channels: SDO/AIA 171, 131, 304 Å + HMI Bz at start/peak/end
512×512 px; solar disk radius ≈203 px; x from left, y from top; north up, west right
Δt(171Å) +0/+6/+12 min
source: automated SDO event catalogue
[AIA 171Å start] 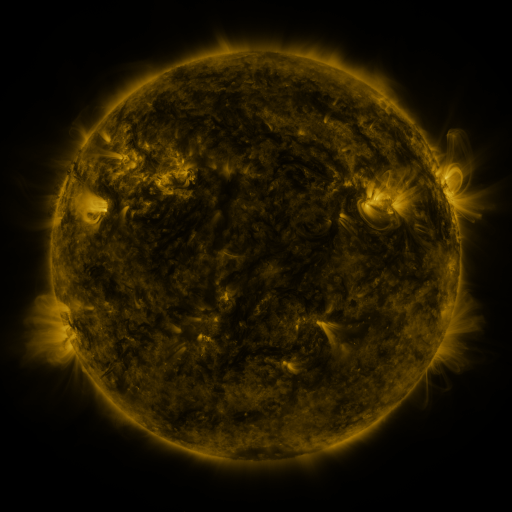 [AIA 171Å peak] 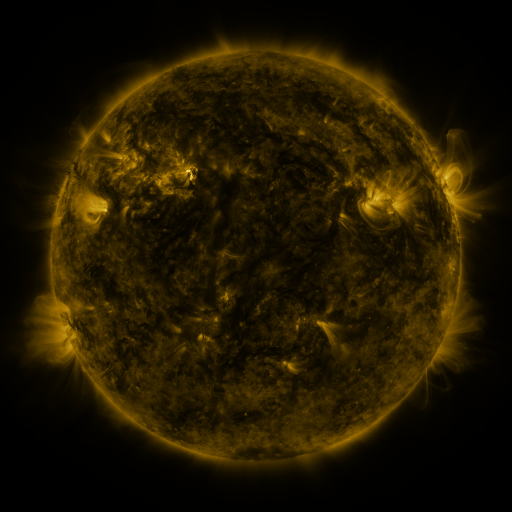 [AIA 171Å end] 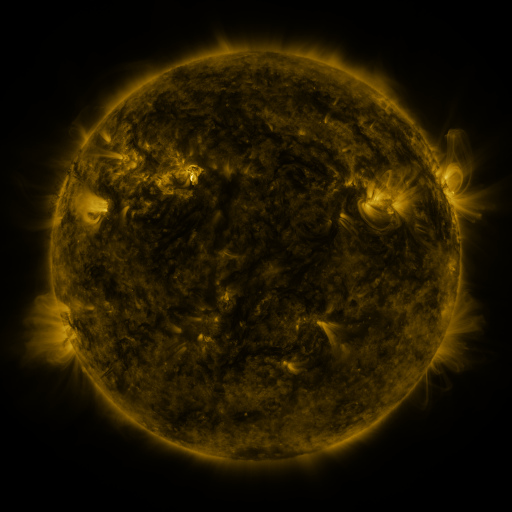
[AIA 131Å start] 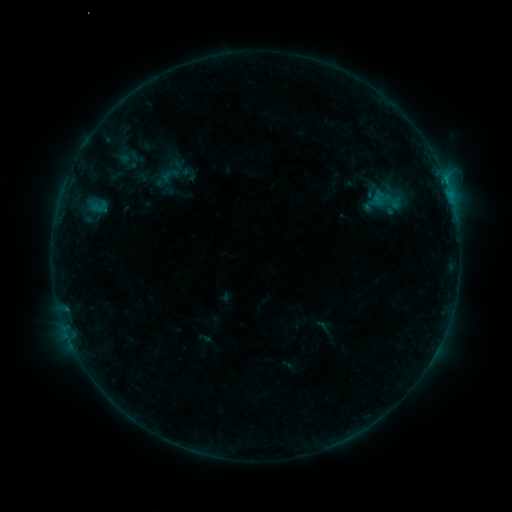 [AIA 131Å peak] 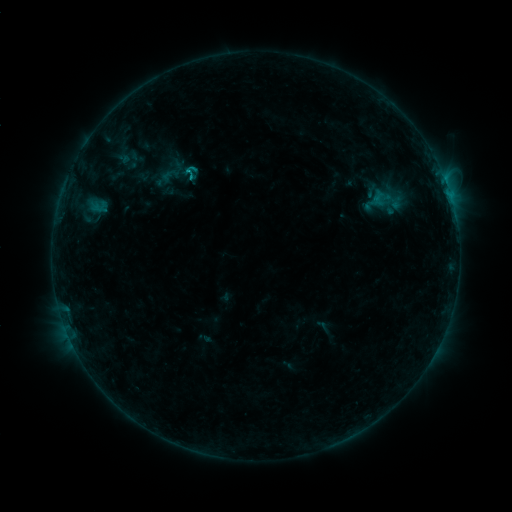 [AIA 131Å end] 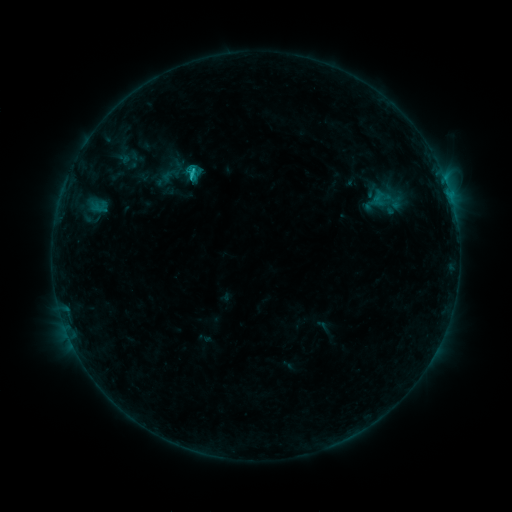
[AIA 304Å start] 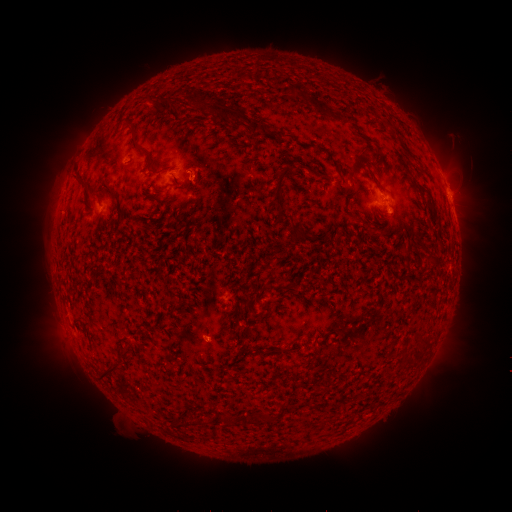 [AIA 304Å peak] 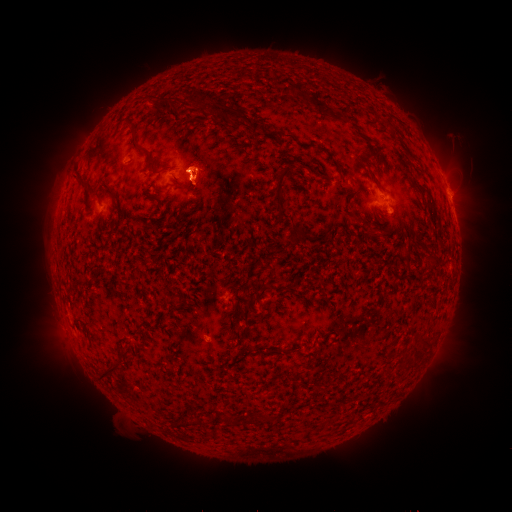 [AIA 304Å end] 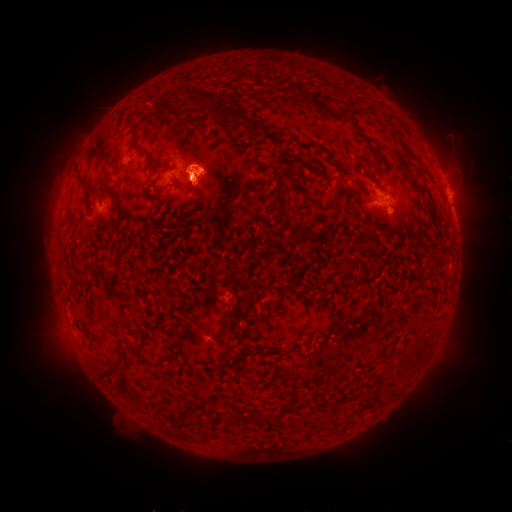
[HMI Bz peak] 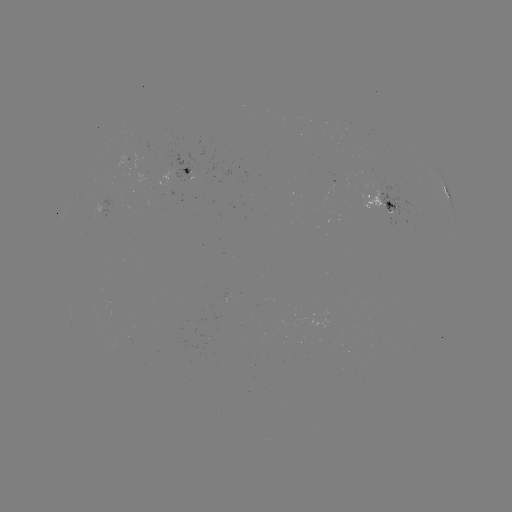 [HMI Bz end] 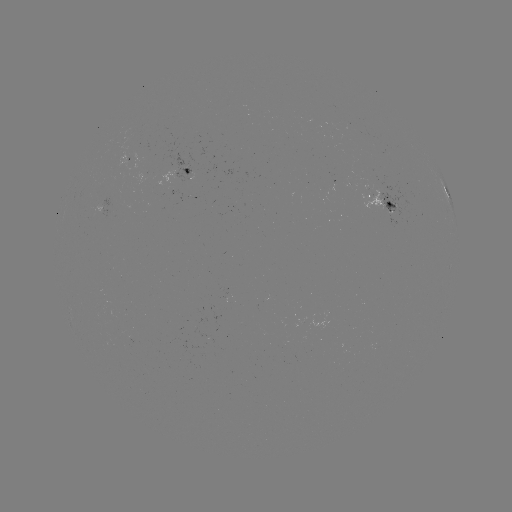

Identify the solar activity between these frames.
eruption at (199, 175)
